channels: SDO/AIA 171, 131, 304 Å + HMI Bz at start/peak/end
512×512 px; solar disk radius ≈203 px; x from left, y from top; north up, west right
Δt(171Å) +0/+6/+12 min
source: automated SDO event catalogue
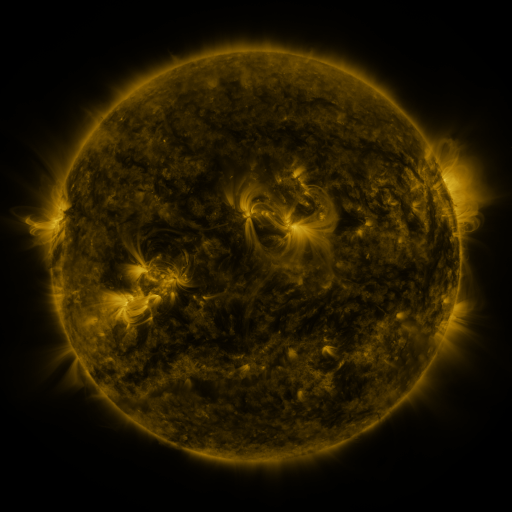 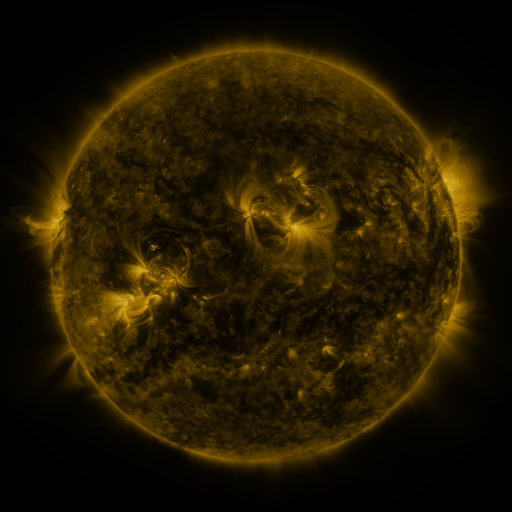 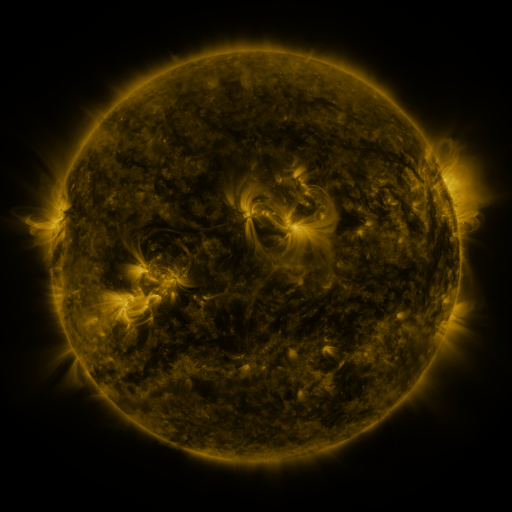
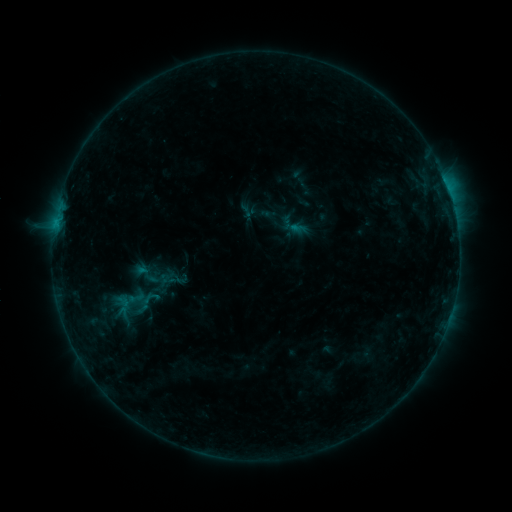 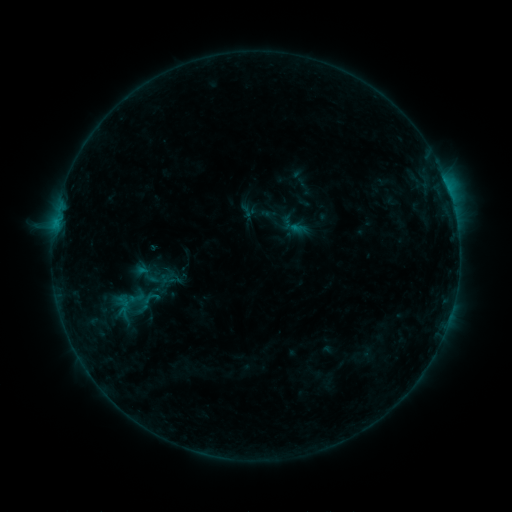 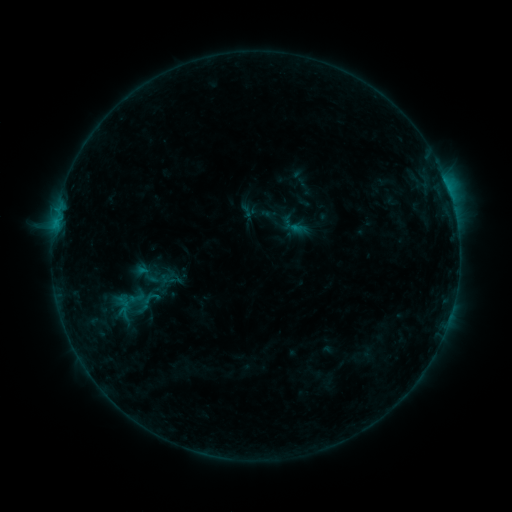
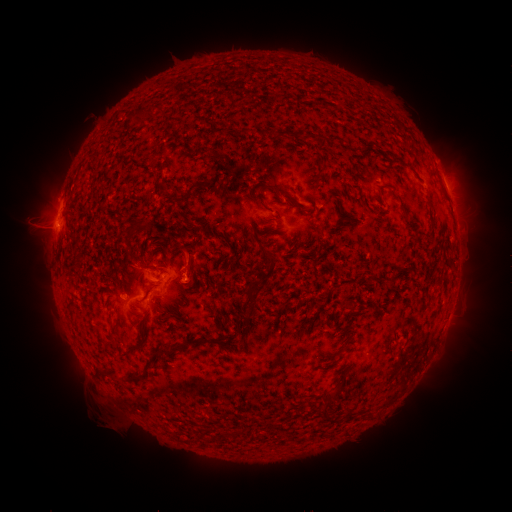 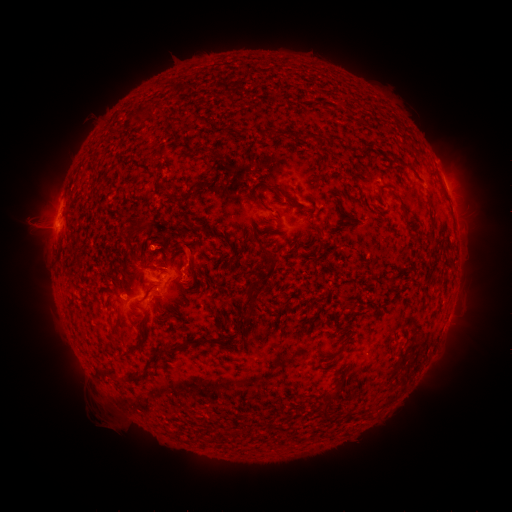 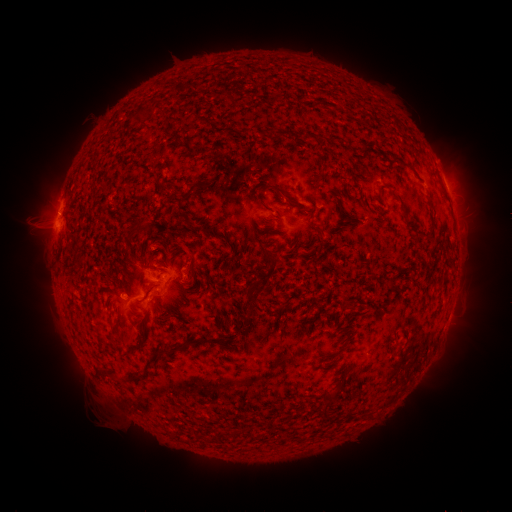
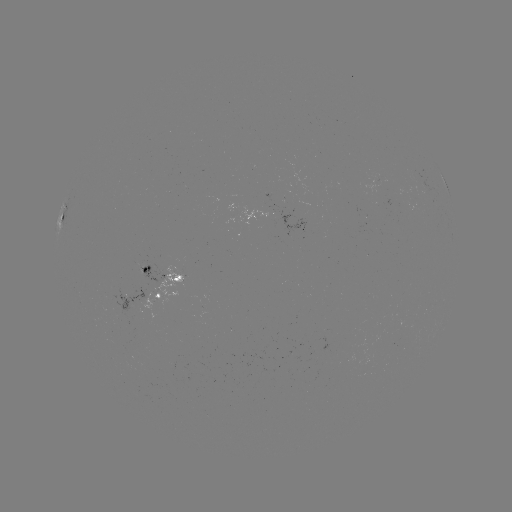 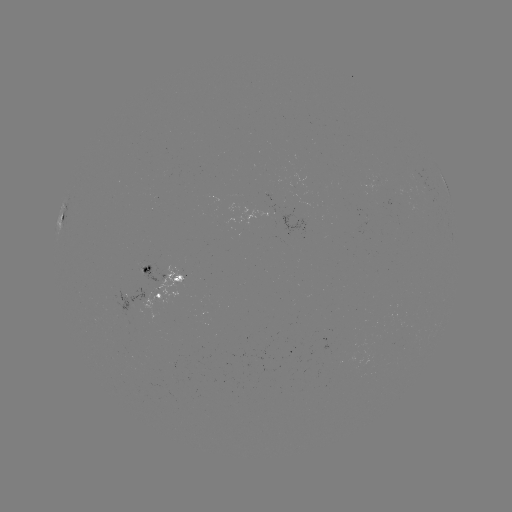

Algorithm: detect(eruption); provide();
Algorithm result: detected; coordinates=(171, 247)